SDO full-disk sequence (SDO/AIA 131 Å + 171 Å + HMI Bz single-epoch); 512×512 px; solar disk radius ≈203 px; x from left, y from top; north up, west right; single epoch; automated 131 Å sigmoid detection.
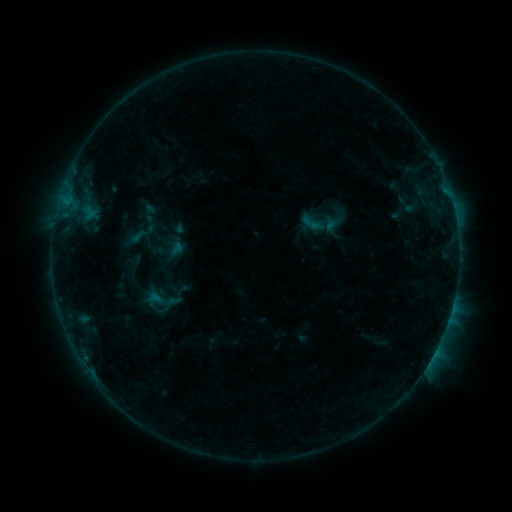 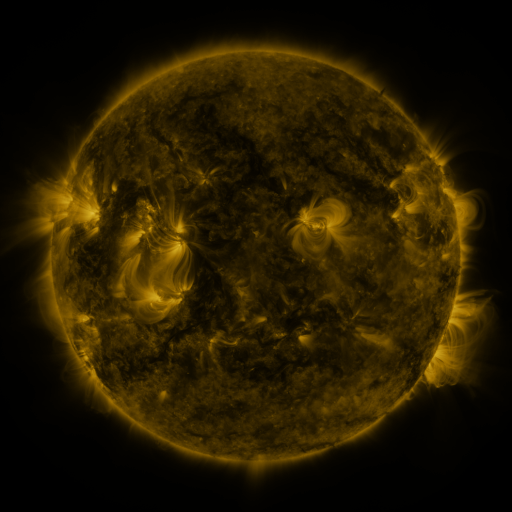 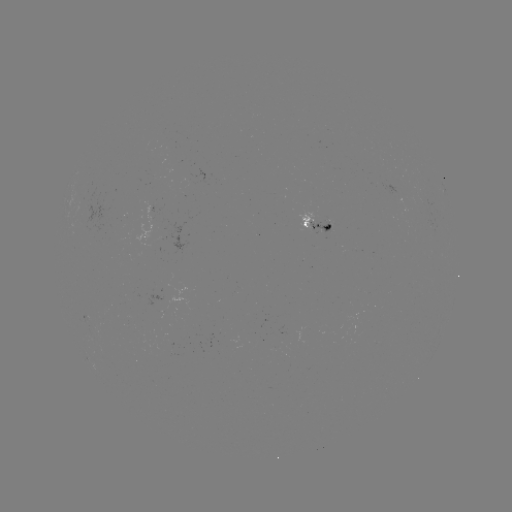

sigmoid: [140, 214, 160, 235]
